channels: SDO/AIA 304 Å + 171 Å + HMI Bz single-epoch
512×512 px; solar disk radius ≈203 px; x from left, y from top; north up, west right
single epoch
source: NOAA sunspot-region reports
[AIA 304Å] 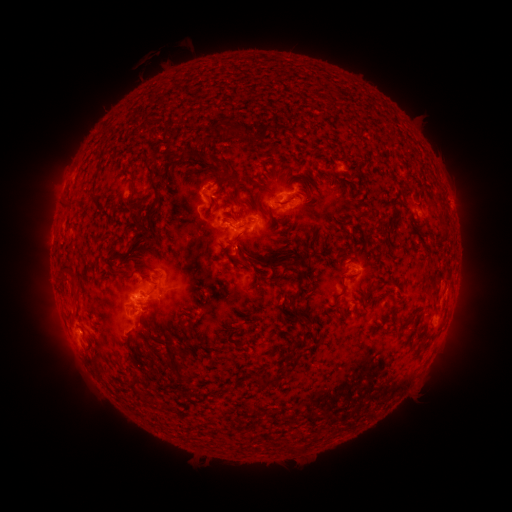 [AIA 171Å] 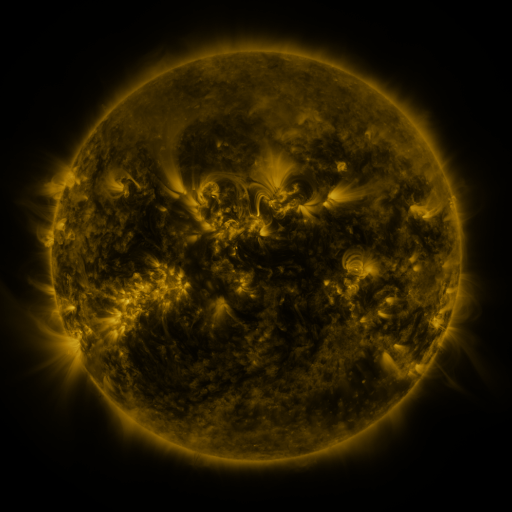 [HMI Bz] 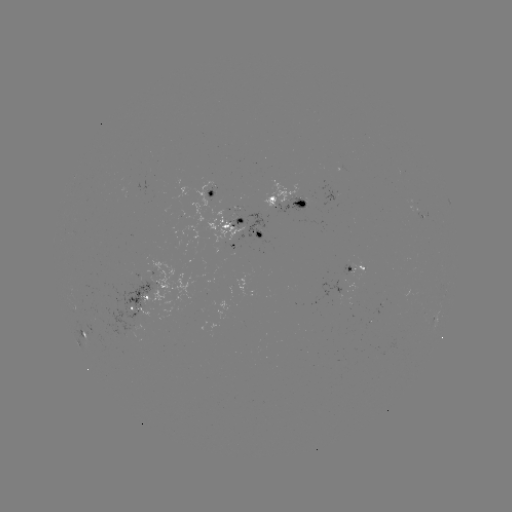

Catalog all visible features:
spotted active region: (215, 193)
spotted active region: (287, 203)
spotted active region: (424, 218)
spotted active region: (245, 227)
spotted active region: (227, 245)
spotted active region: (357, 271)
spotted active region: (155, 285)
spotted active region: (447, 295)
spotted active region: (138, 303)
spotted active region: (84, 334)
